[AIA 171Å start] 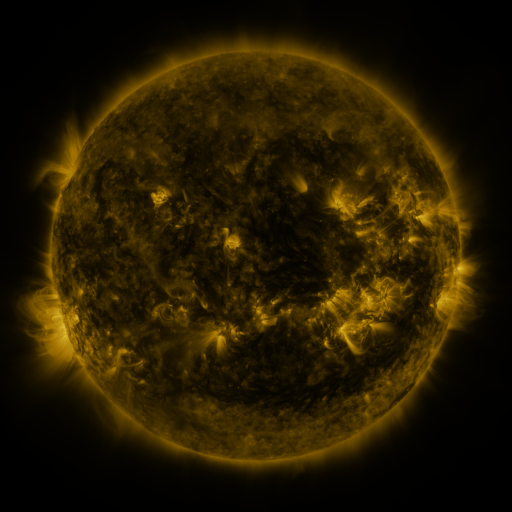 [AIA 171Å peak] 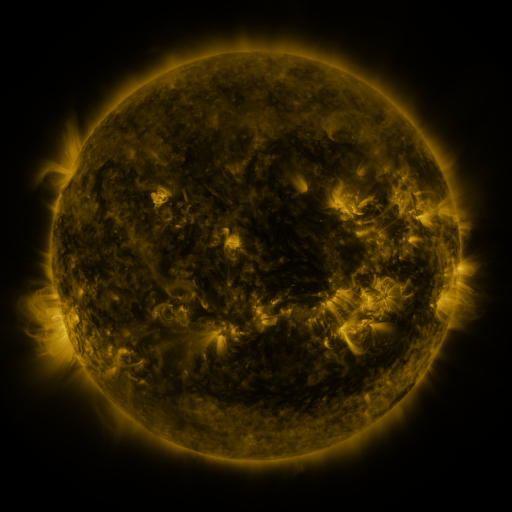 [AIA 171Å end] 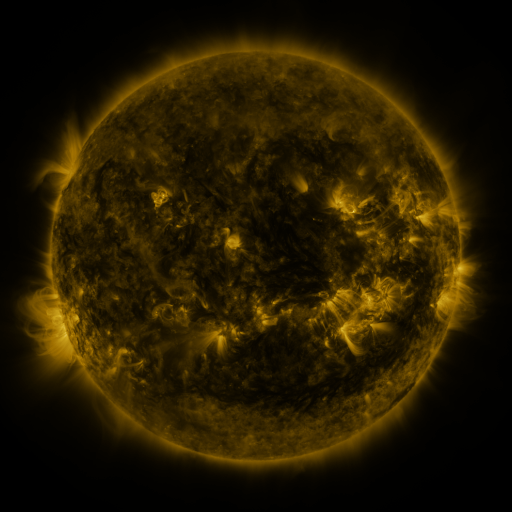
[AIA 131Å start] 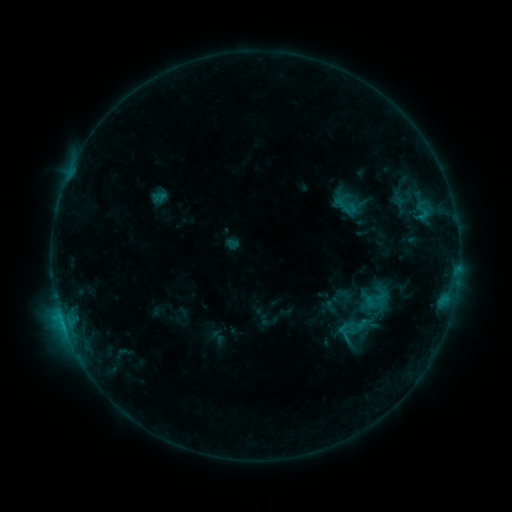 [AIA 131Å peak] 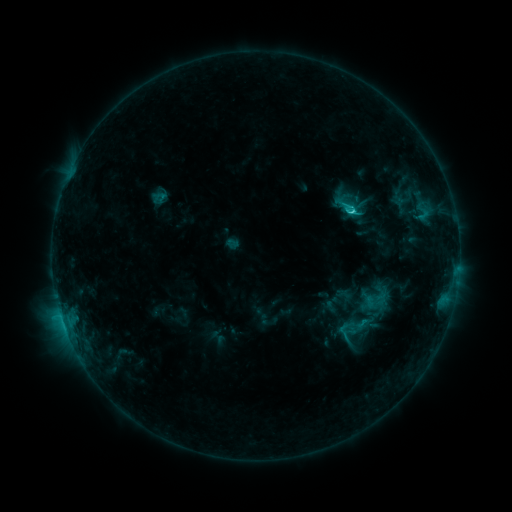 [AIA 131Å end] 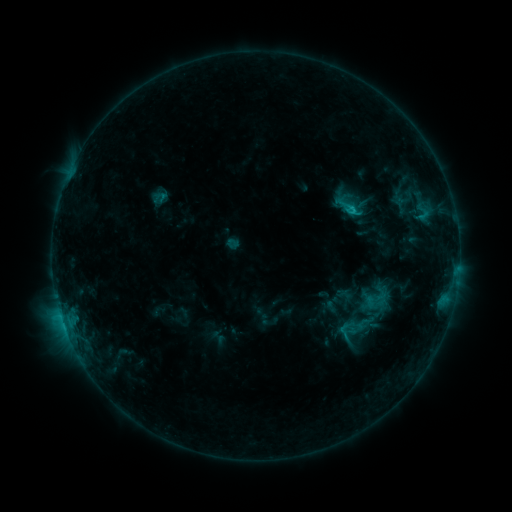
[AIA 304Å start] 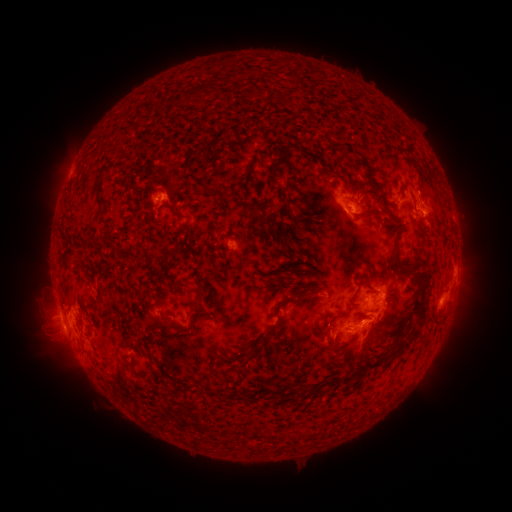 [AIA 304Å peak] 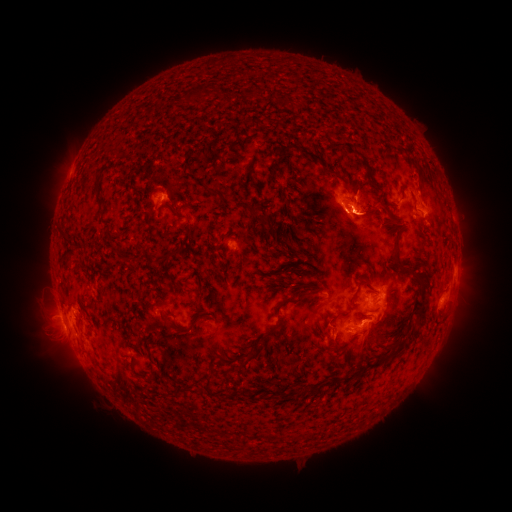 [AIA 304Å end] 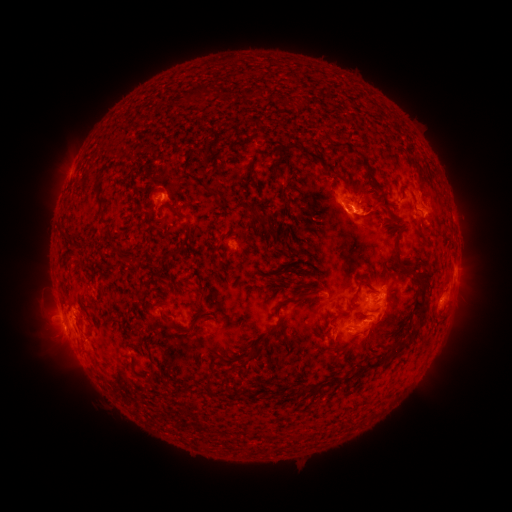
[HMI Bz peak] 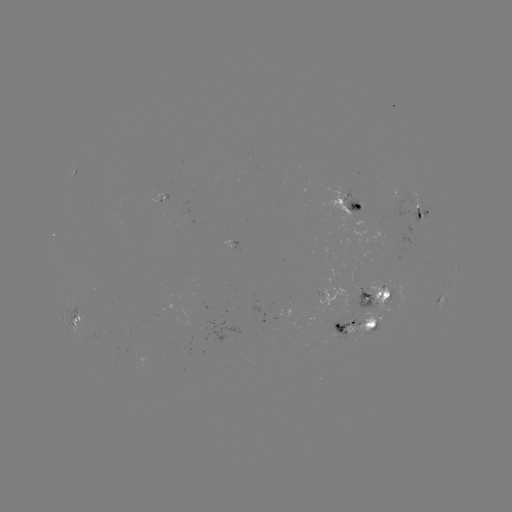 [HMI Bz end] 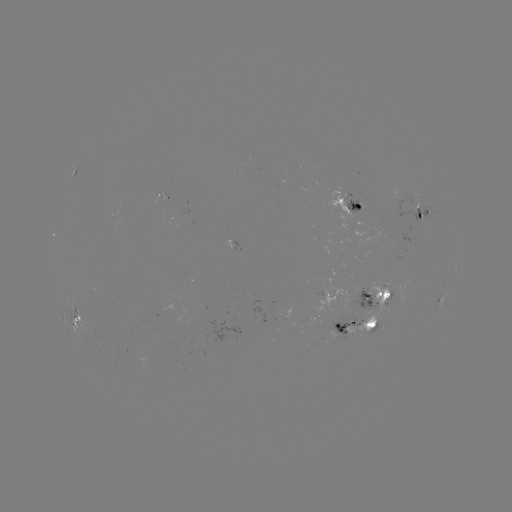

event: flare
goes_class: C2.3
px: (349, 211)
